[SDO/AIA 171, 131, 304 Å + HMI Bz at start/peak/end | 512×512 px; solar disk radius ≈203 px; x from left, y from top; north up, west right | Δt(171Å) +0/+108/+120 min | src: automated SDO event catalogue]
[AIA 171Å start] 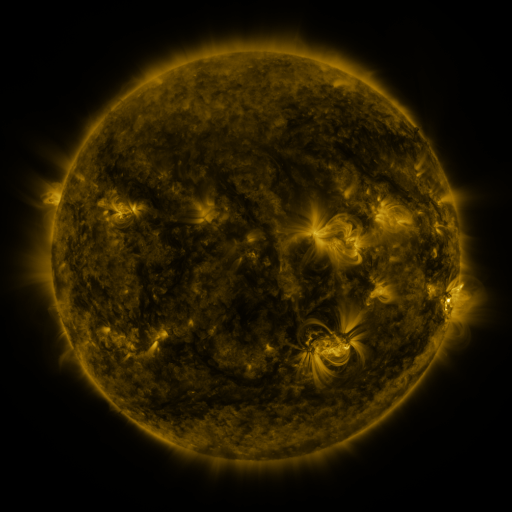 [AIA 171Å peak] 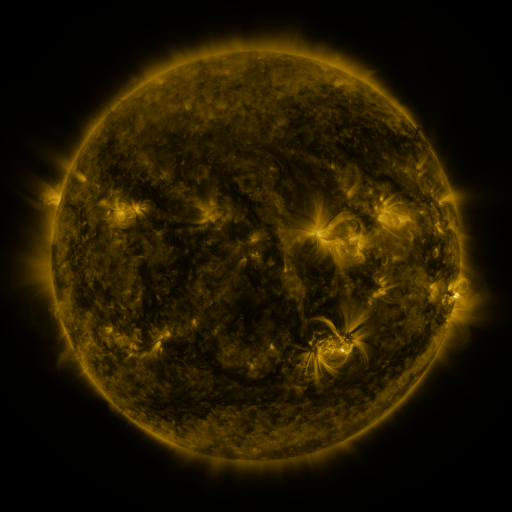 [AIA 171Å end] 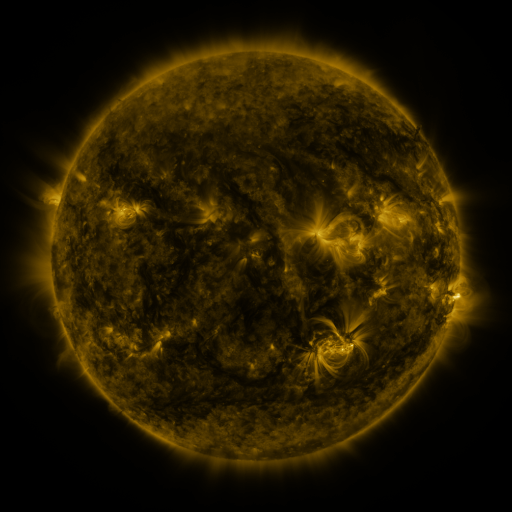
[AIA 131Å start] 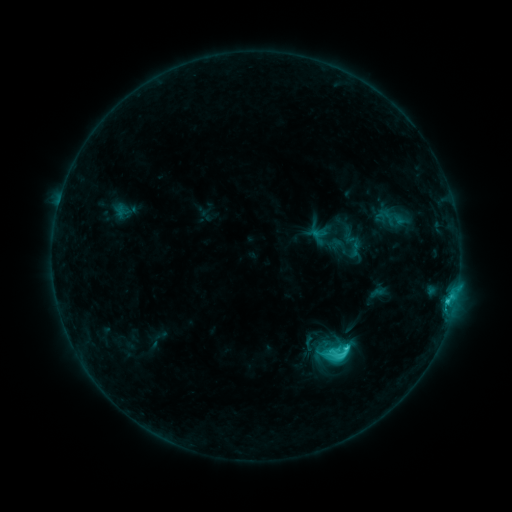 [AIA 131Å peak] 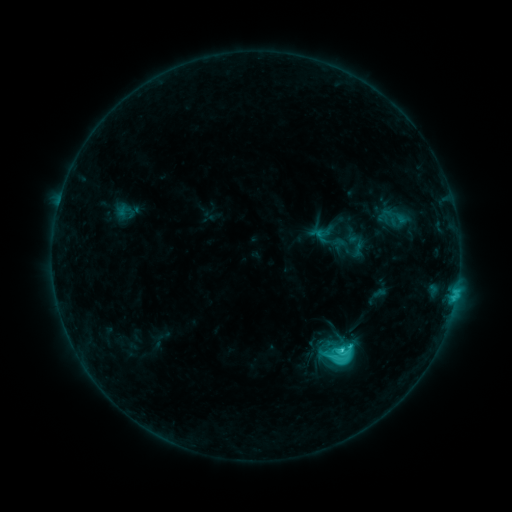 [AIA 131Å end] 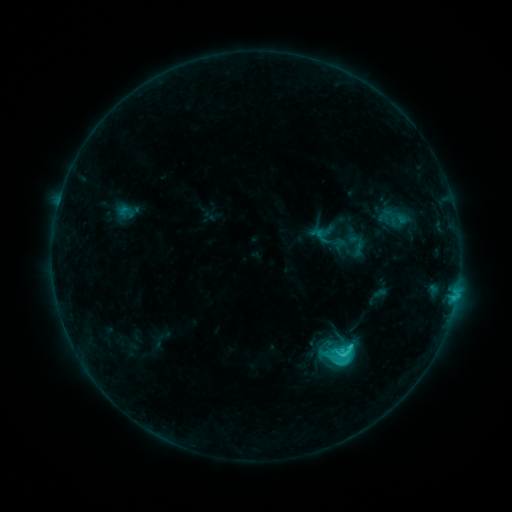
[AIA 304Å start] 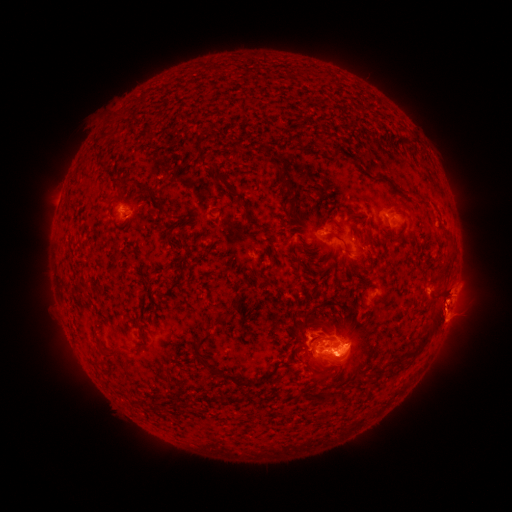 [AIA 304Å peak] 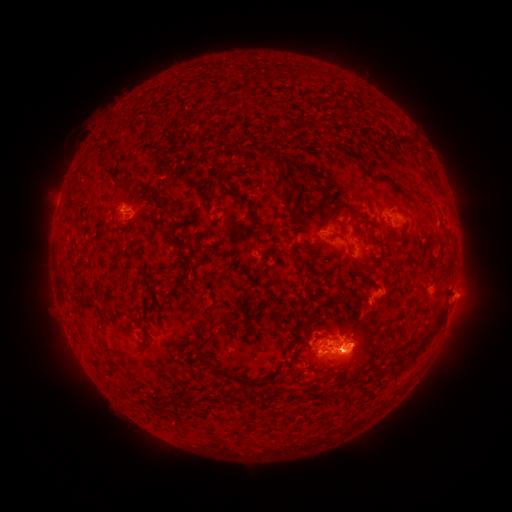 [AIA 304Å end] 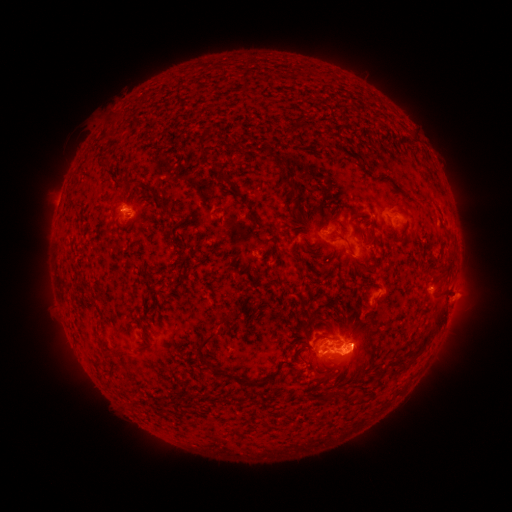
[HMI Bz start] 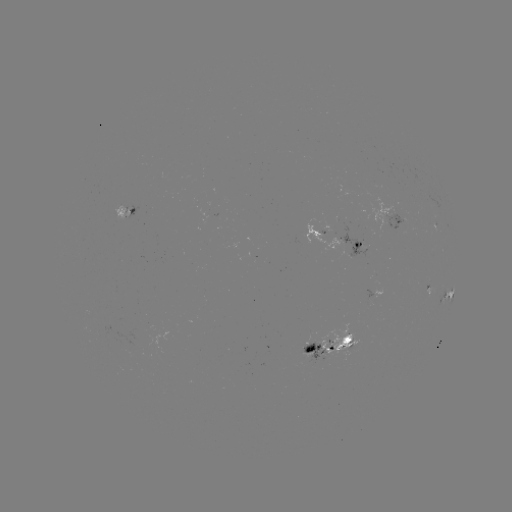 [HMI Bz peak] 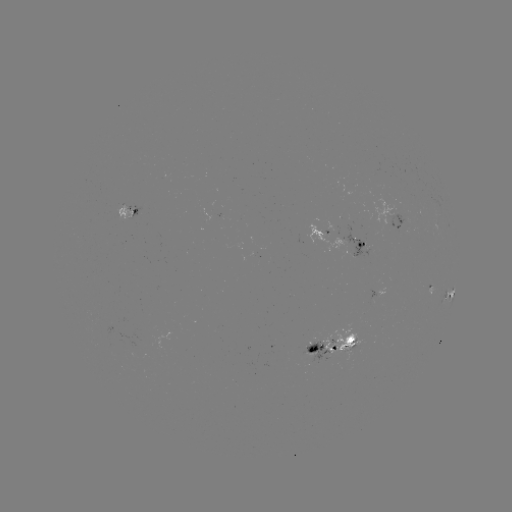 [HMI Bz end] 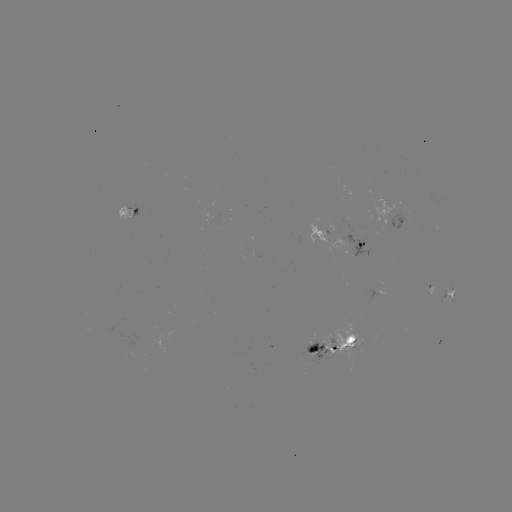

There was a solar emerging-flux region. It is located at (349, 344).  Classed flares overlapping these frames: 2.